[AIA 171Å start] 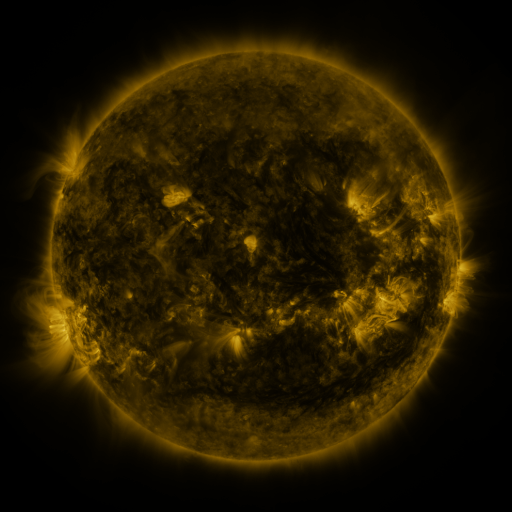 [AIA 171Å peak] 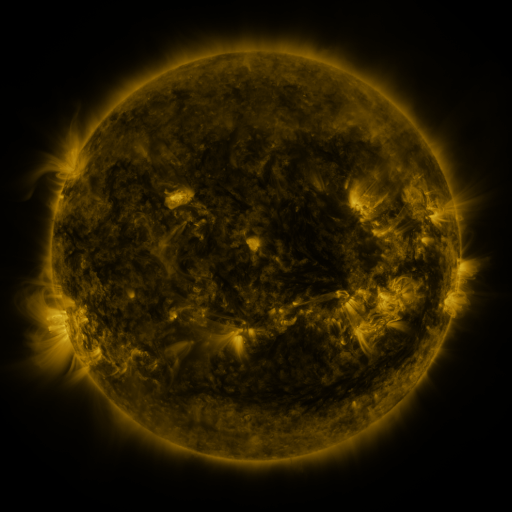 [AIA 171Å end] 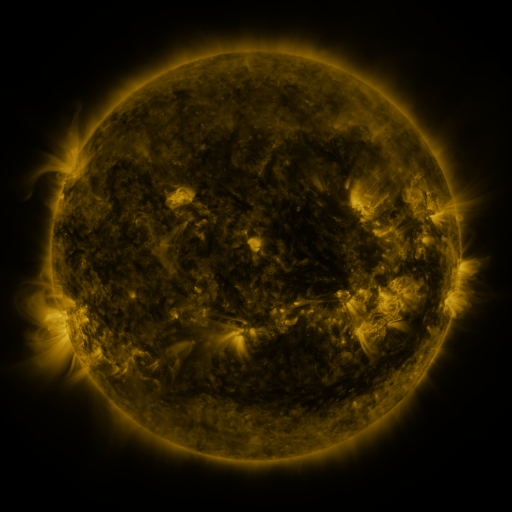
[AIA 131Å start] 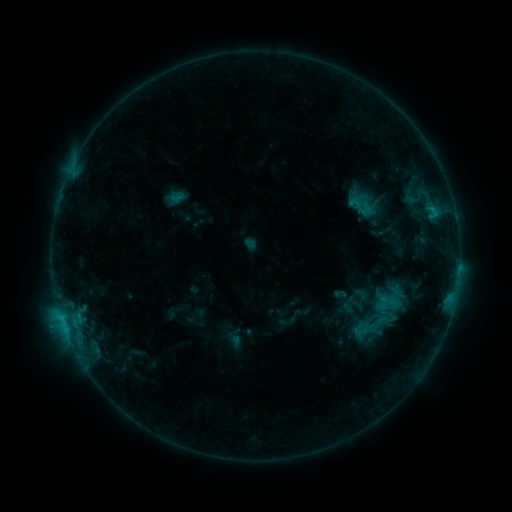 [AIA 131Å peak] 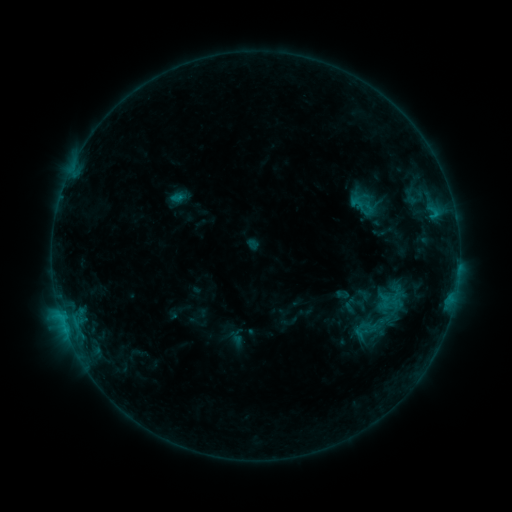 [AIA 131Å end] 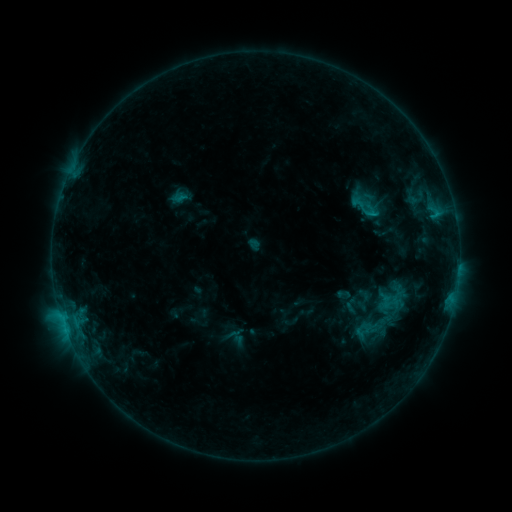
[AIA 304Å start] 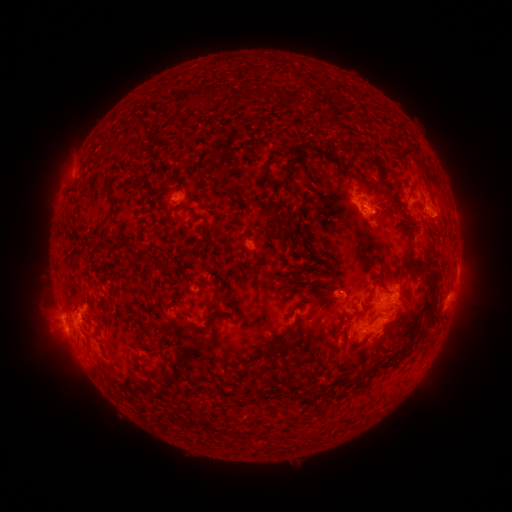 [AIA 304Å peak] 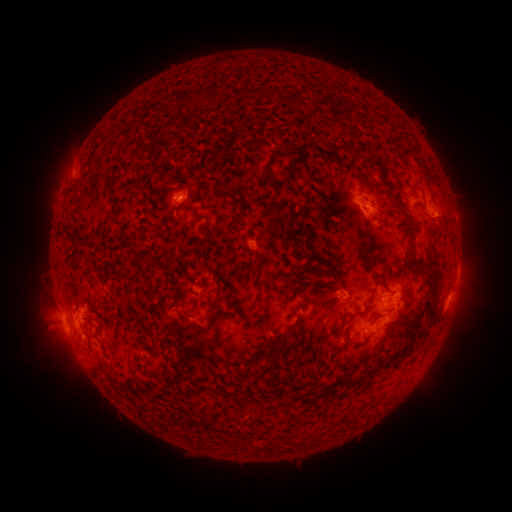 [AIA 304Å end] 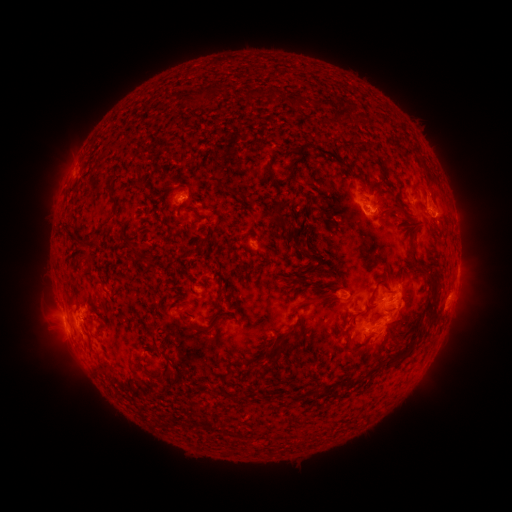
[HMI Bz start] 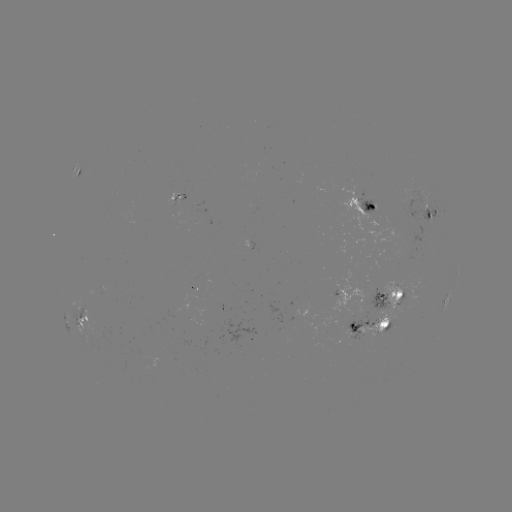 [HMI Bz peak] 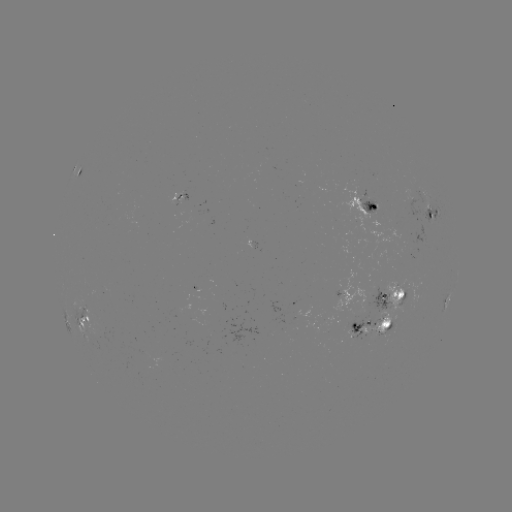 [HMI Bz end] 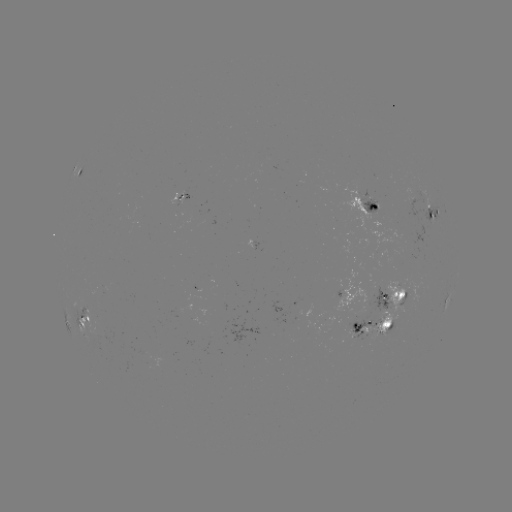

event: emerging-flux region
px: (376, 296)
